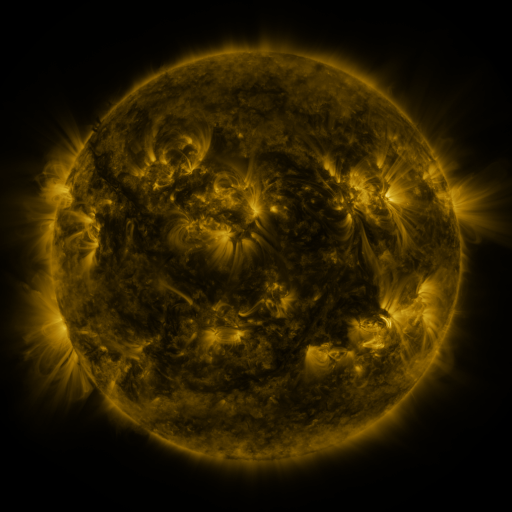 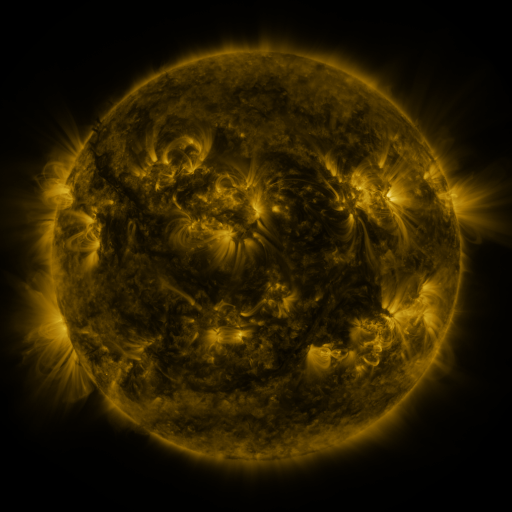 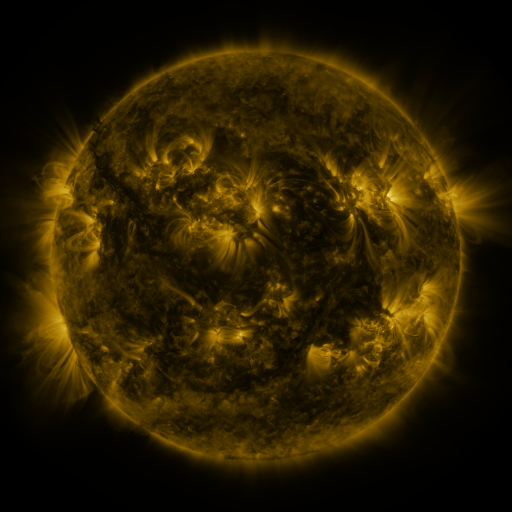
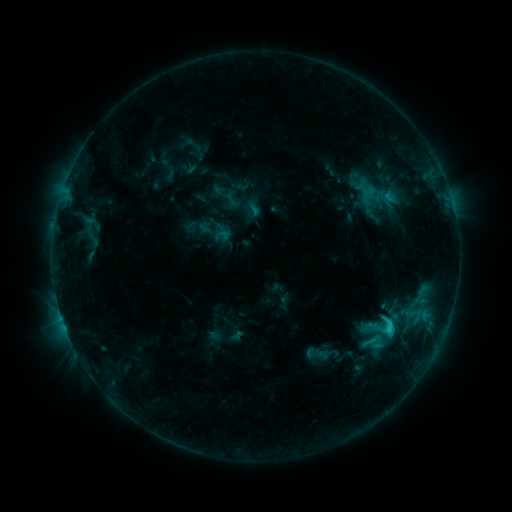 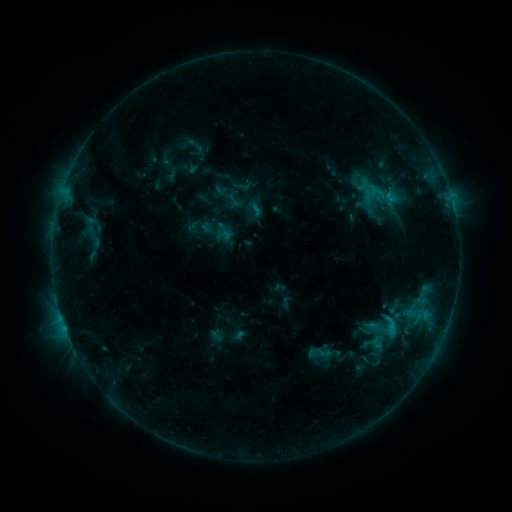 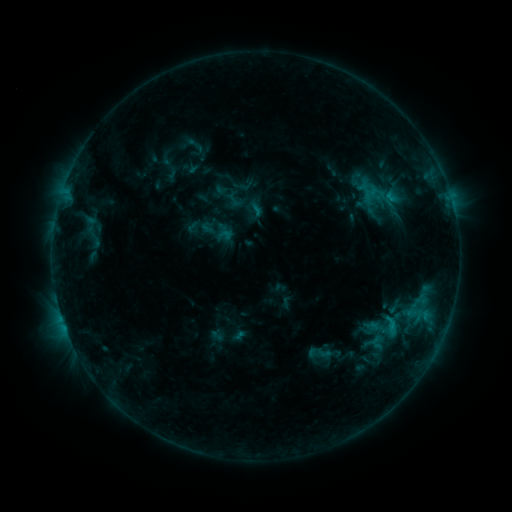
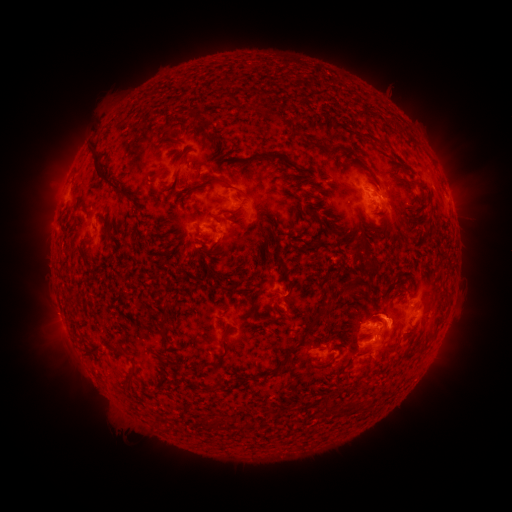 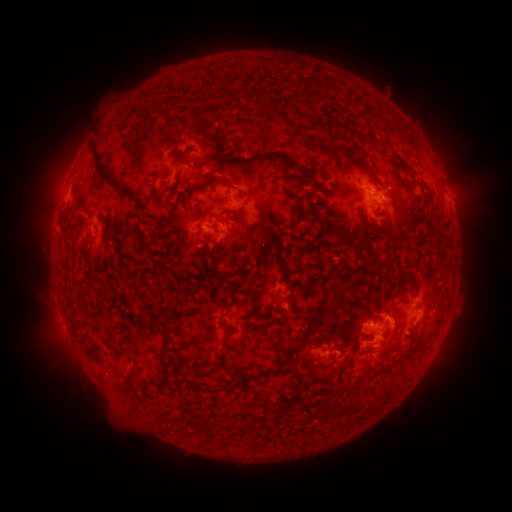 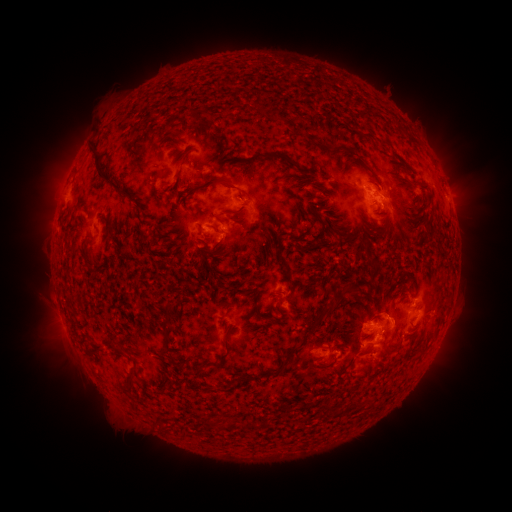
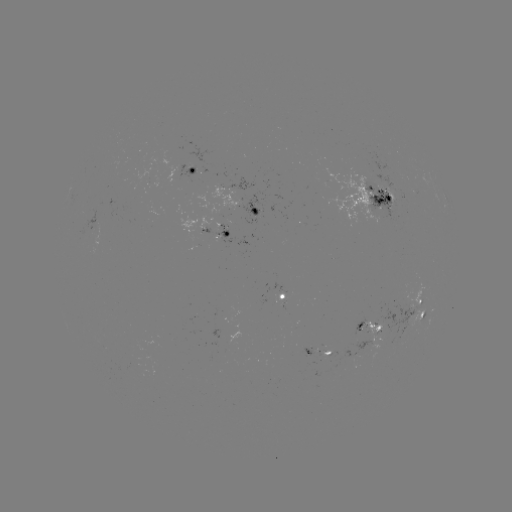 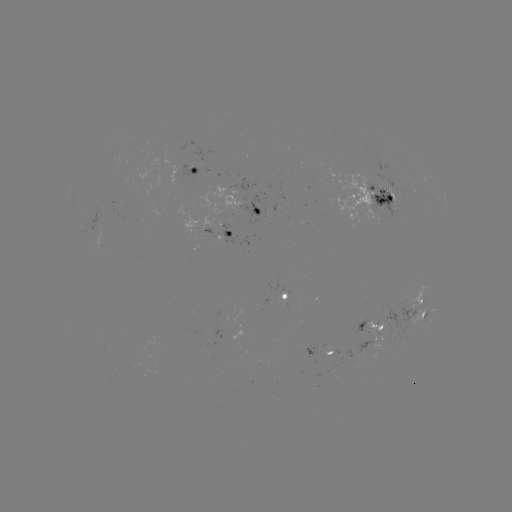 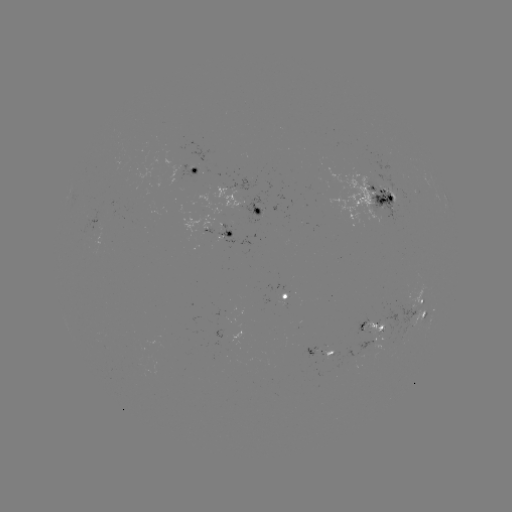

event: emerging-flux region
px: (372, 330)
